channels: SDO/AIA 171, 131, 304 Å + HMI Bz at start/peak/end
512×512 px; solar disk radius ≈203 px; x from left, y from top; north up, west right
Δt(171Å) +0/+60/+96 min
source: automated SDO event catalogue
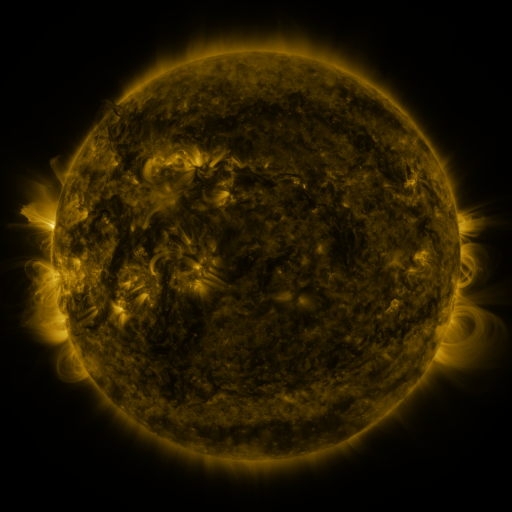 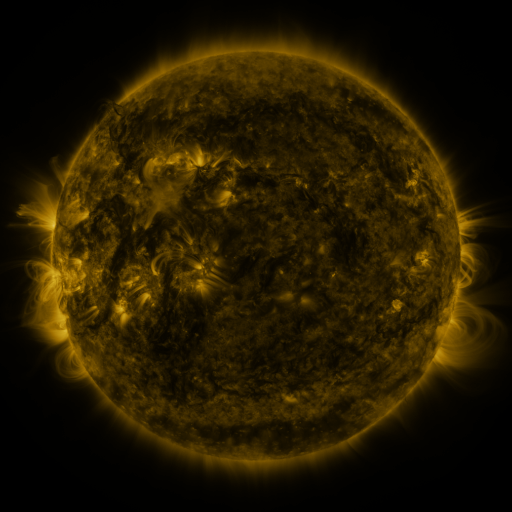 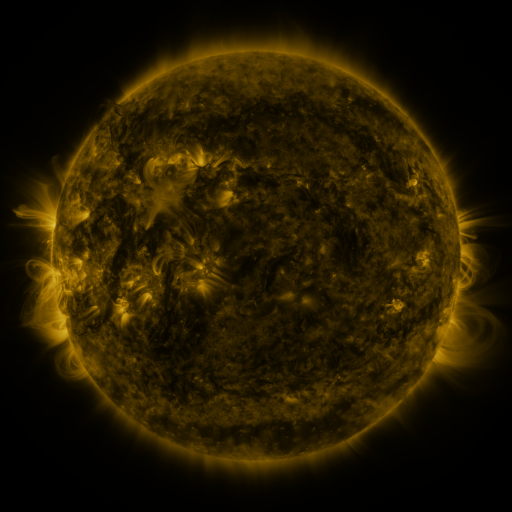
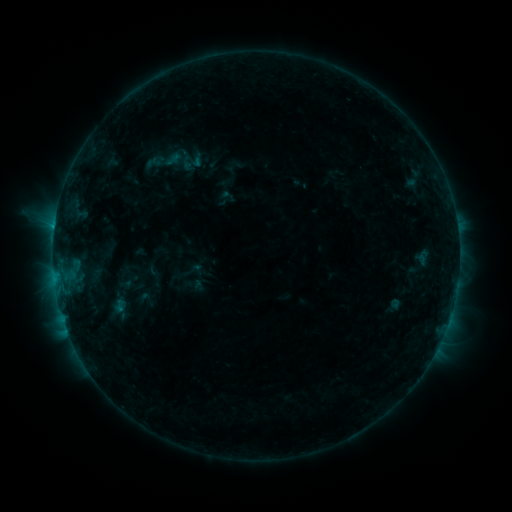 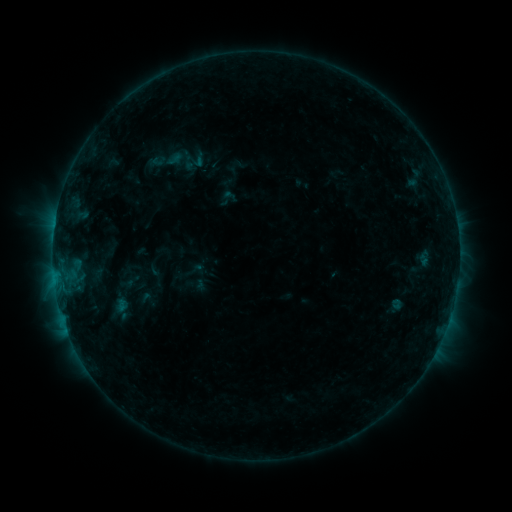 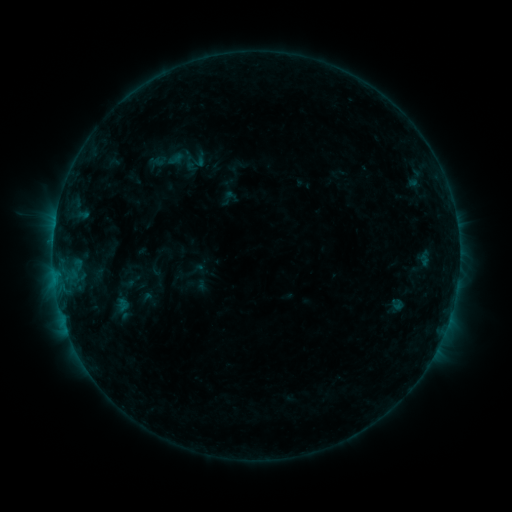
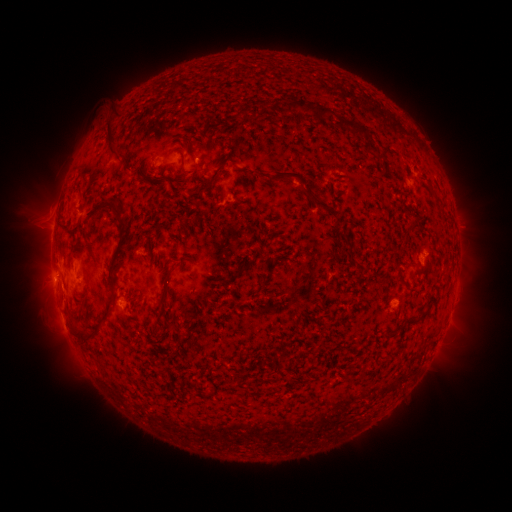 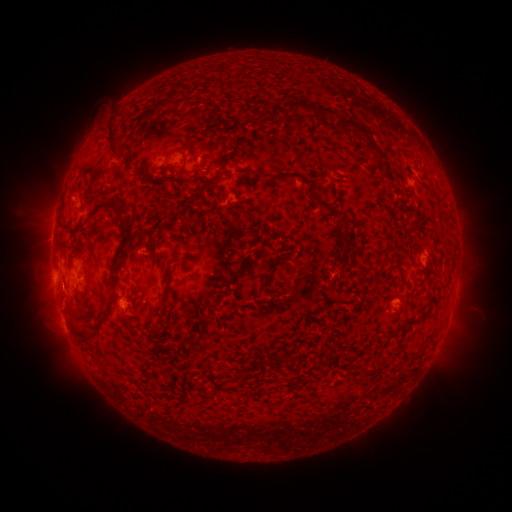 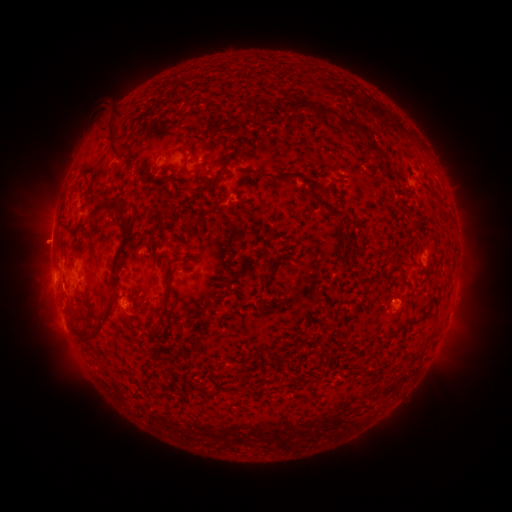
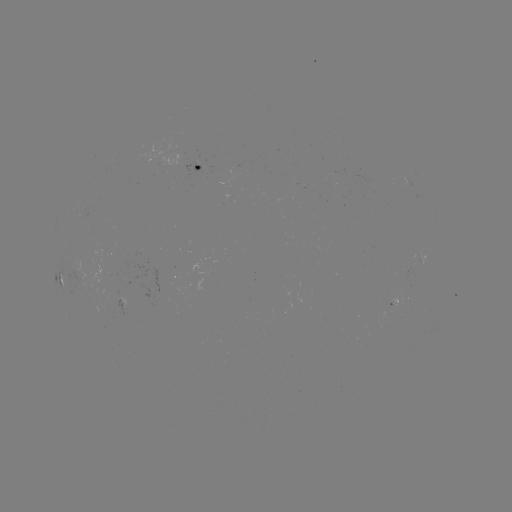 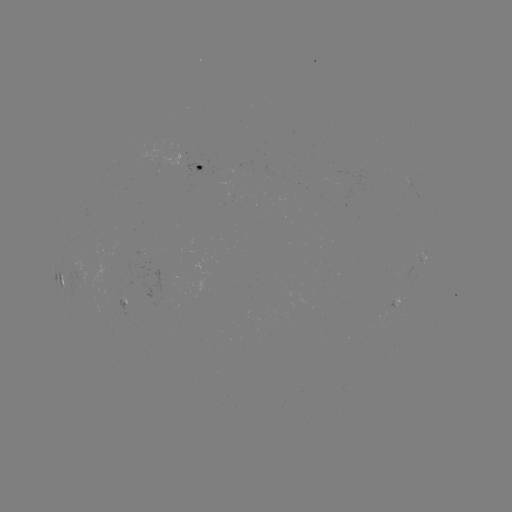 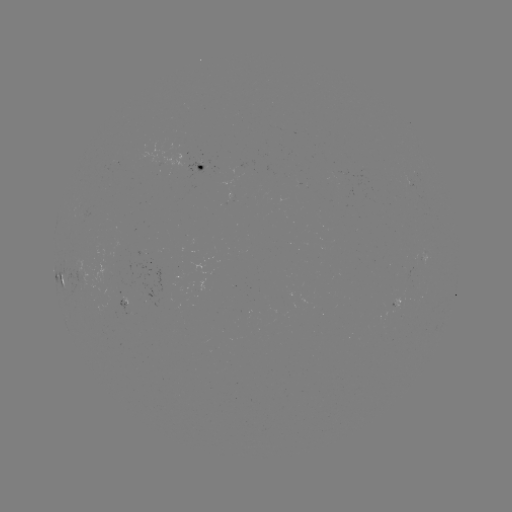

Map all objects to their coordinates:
emerging-flux region: (187, 175)
